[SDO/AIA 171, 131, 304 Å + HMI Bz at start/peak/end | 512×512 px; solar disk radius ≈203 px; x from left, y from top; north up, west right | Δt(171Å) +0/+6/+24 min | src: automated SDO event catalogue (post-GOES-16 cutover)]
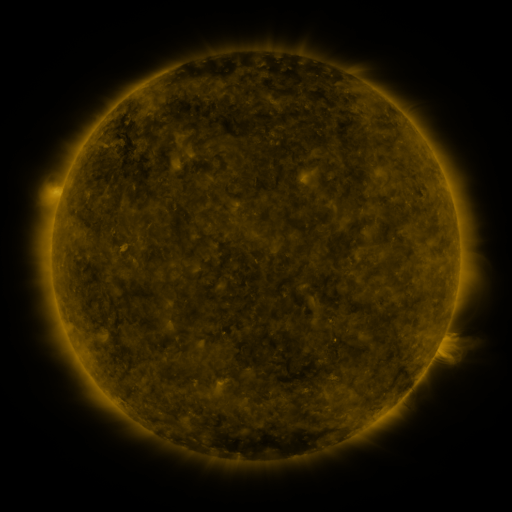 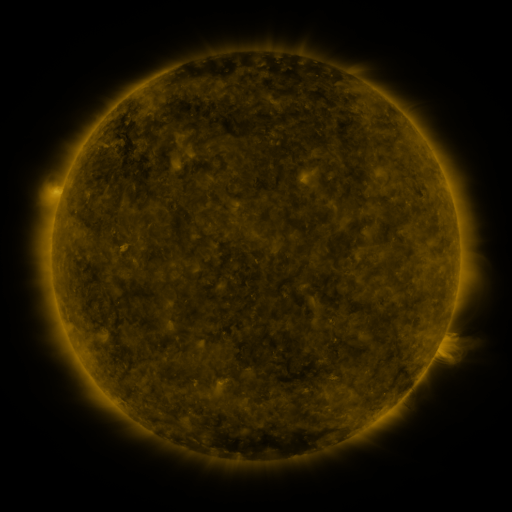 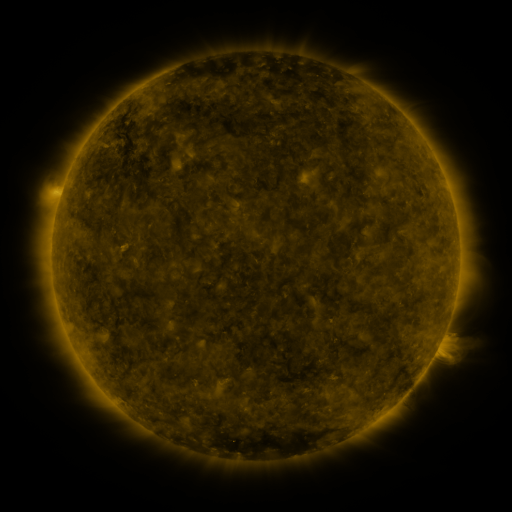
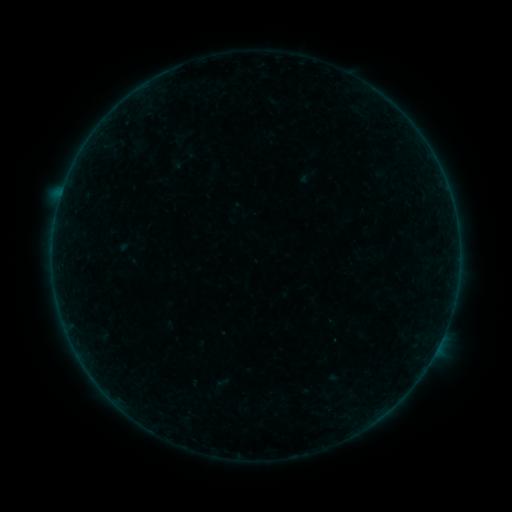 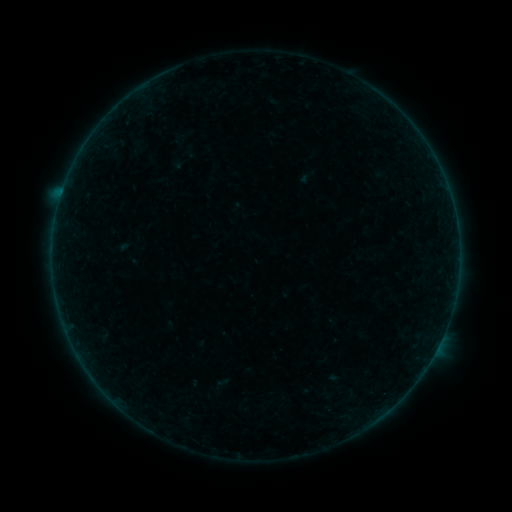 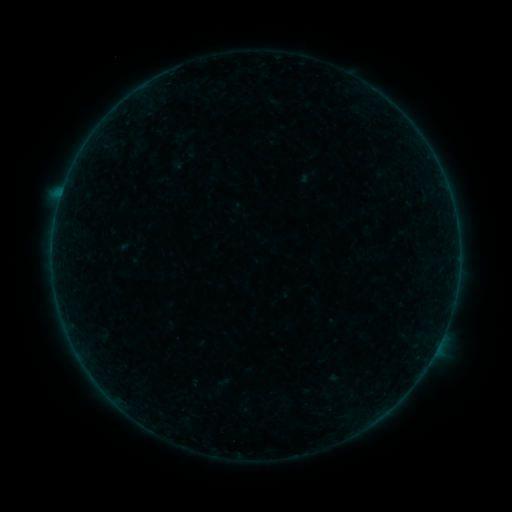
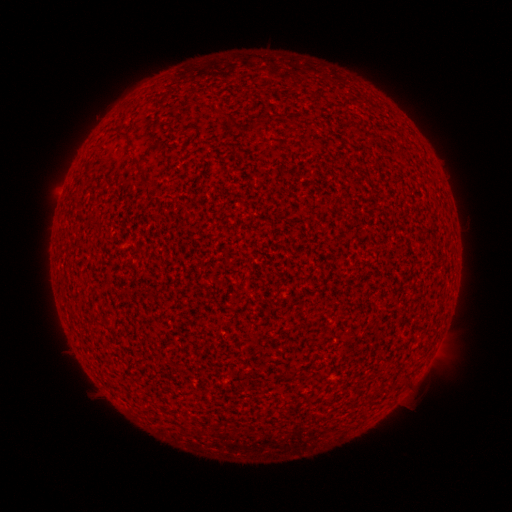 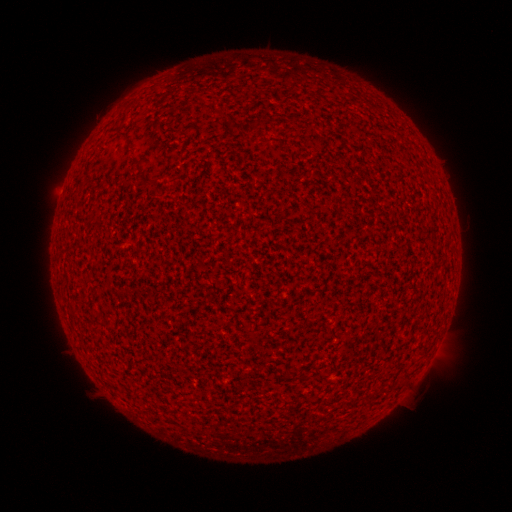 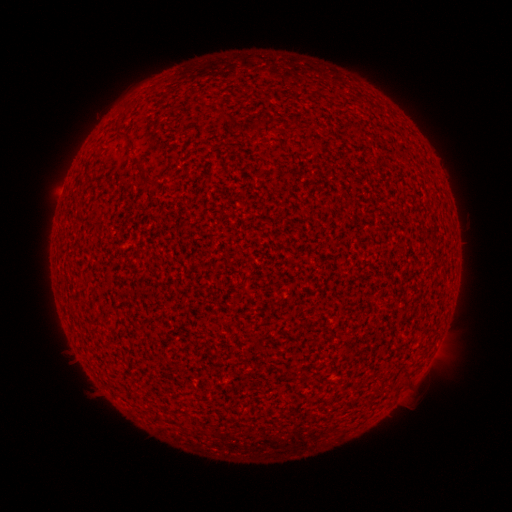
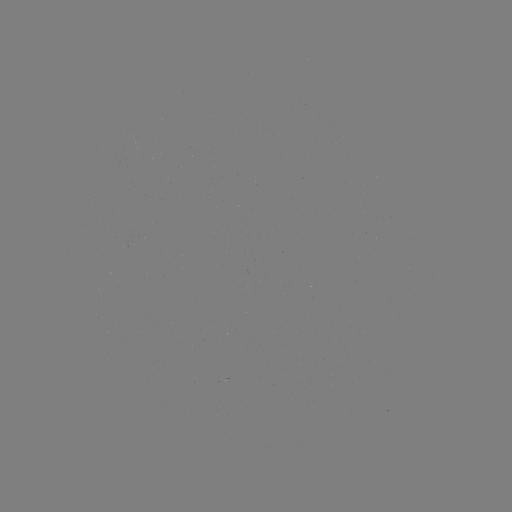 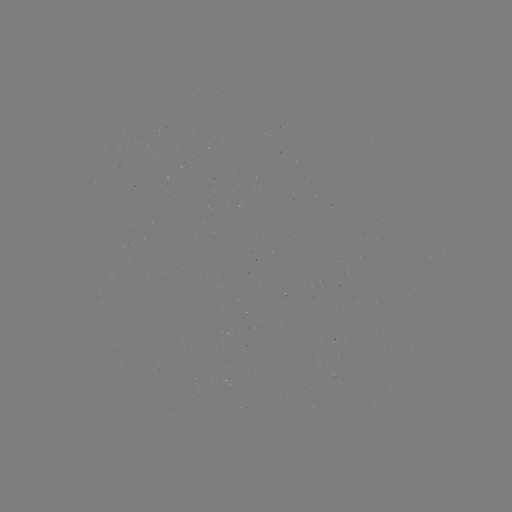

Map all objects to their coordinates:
A5.5 flare: (62, 193)
